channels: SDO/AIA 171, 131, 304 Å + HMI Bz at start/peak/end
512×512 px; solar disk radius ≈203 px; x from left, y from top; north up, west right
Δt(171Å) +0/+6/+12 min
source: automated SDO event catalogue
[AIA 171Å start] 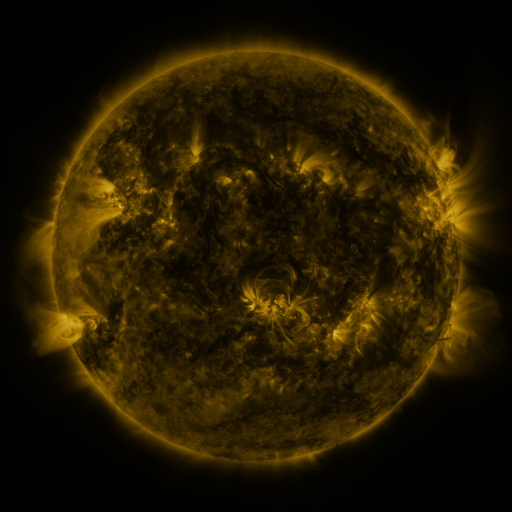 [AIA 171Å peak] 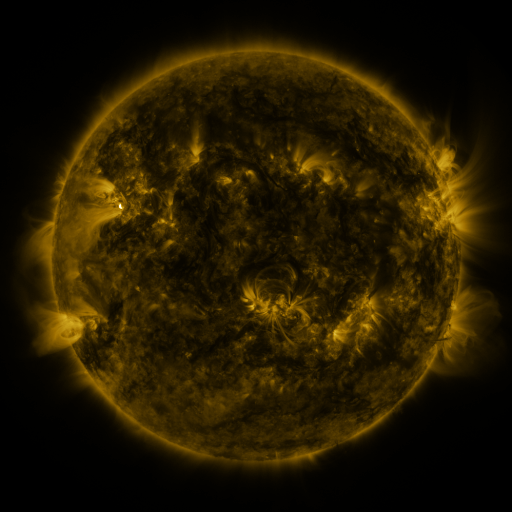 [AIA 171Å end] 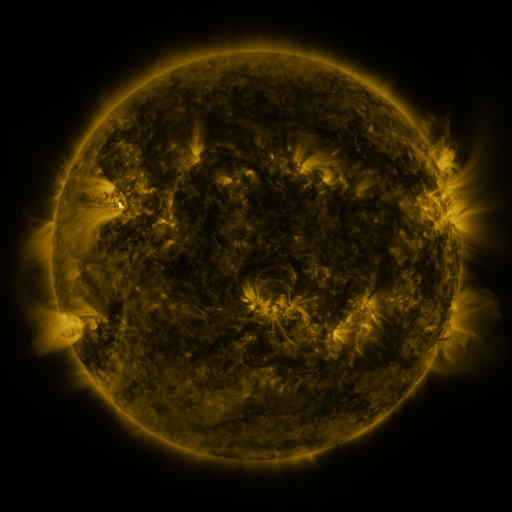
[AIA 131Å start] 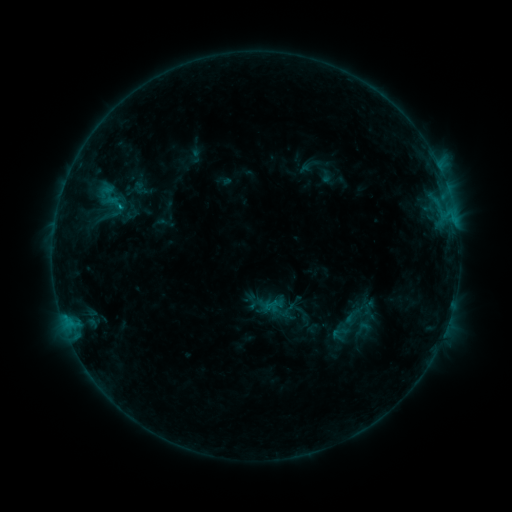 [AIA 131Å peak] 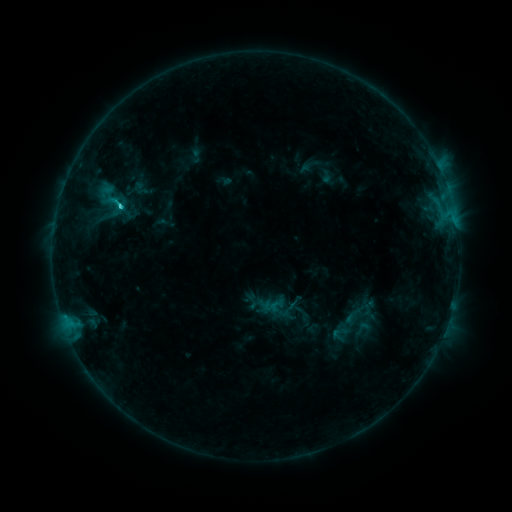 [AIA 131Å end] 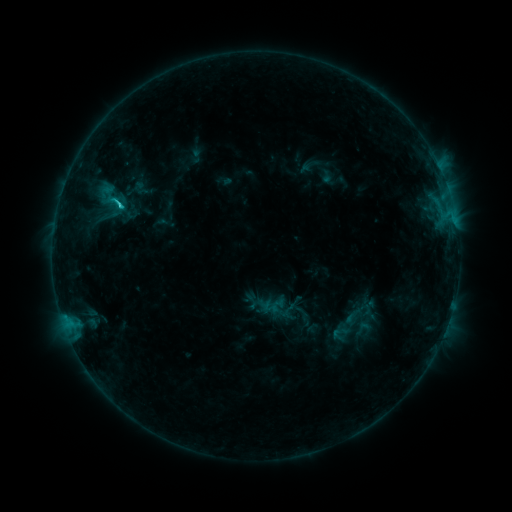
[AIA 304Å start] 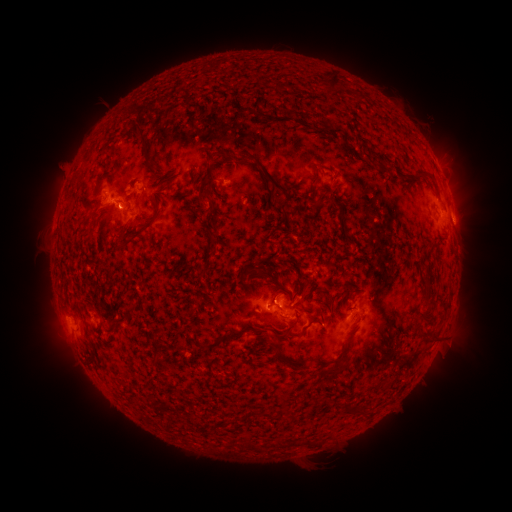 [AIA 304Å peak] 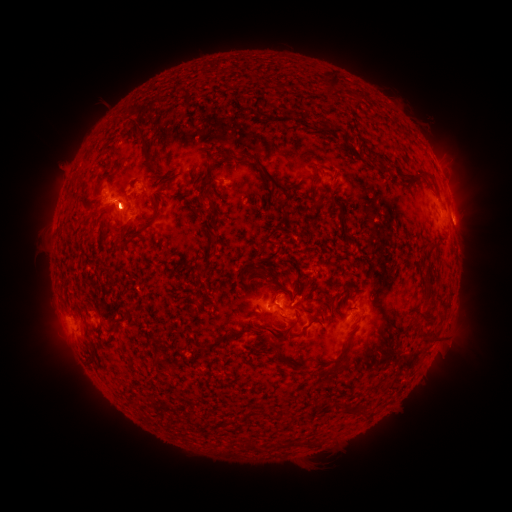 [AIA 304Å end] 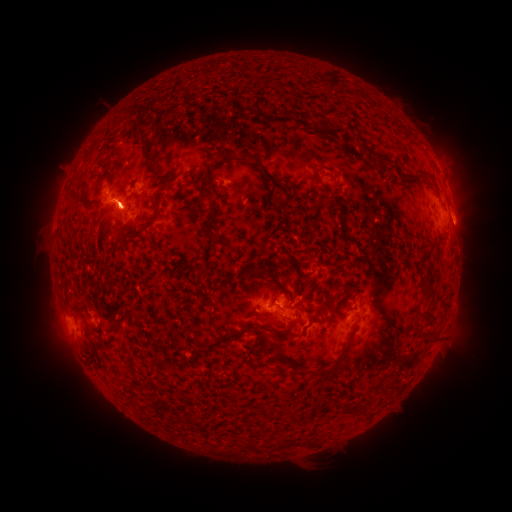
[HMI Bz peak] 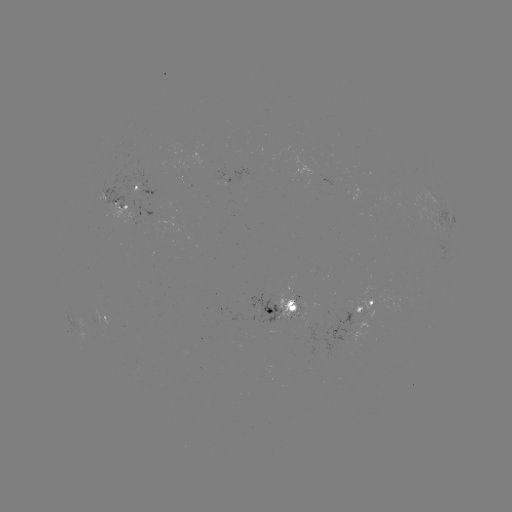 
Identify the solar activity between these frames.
C2.3 flare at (122, 207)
